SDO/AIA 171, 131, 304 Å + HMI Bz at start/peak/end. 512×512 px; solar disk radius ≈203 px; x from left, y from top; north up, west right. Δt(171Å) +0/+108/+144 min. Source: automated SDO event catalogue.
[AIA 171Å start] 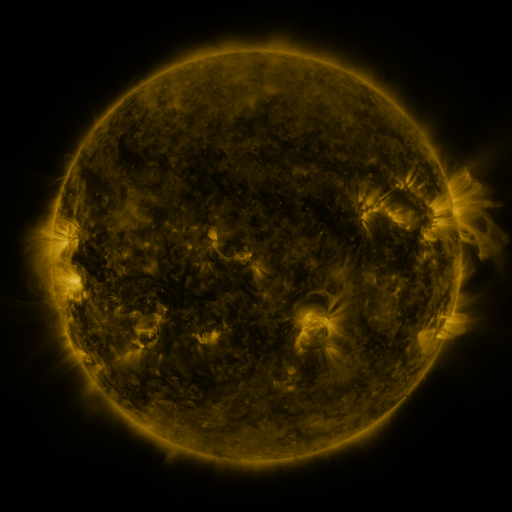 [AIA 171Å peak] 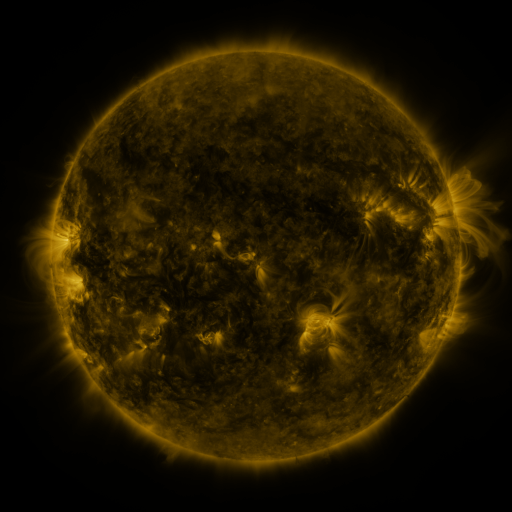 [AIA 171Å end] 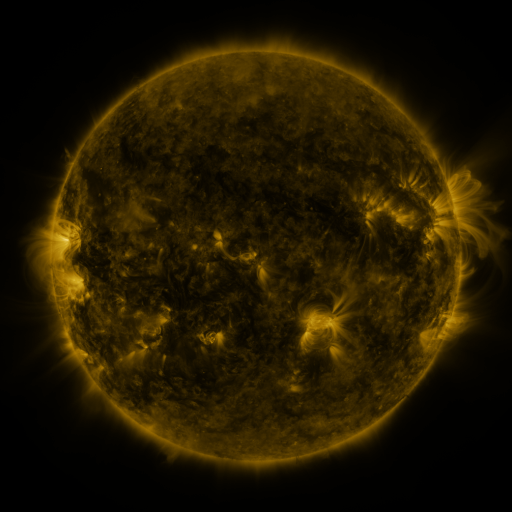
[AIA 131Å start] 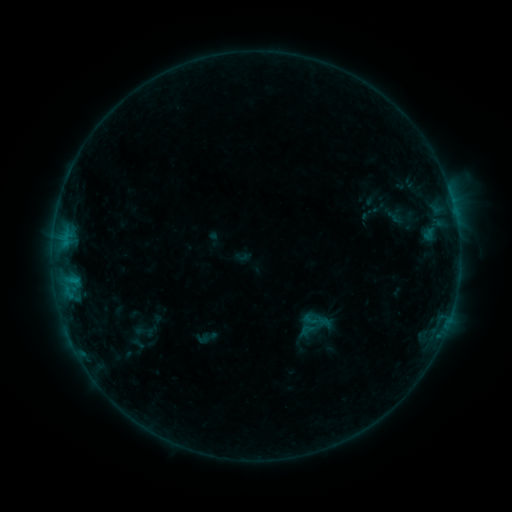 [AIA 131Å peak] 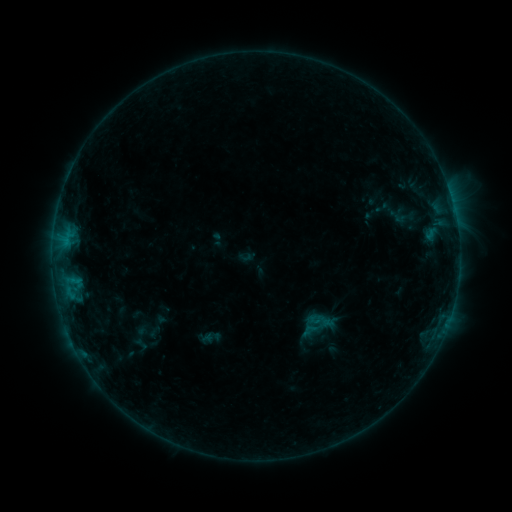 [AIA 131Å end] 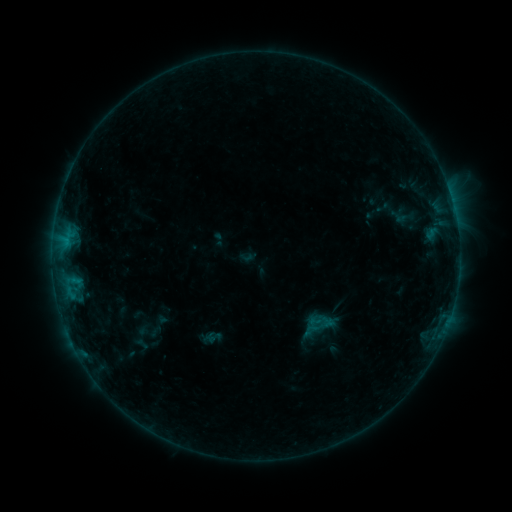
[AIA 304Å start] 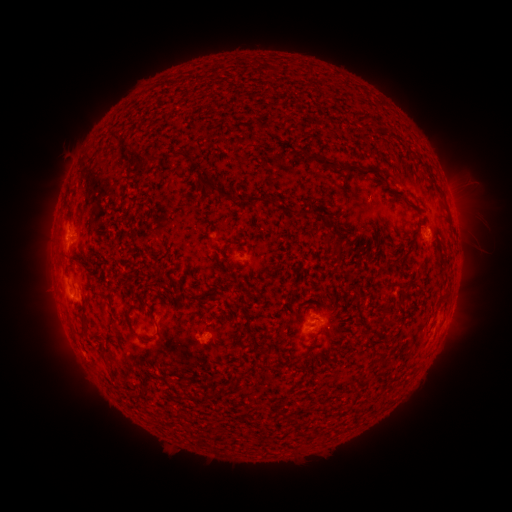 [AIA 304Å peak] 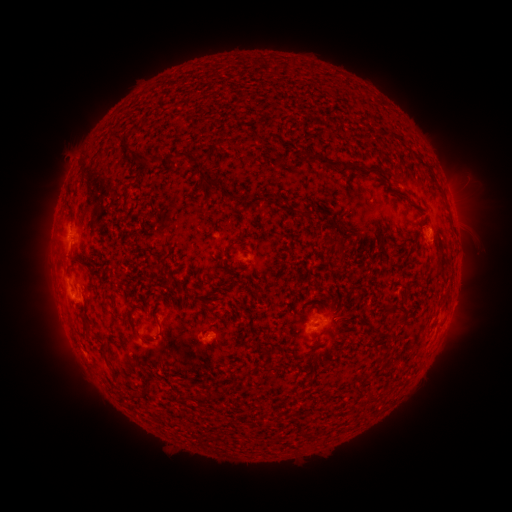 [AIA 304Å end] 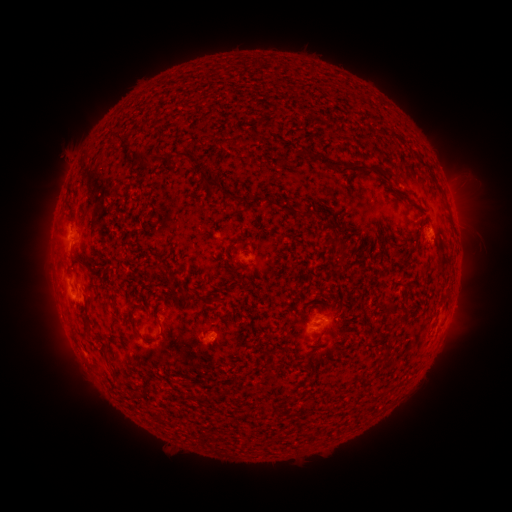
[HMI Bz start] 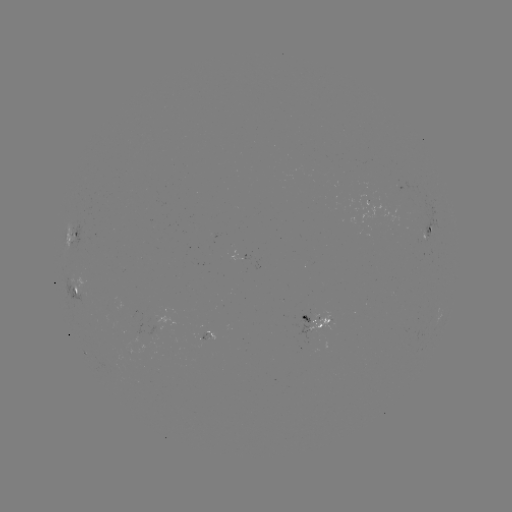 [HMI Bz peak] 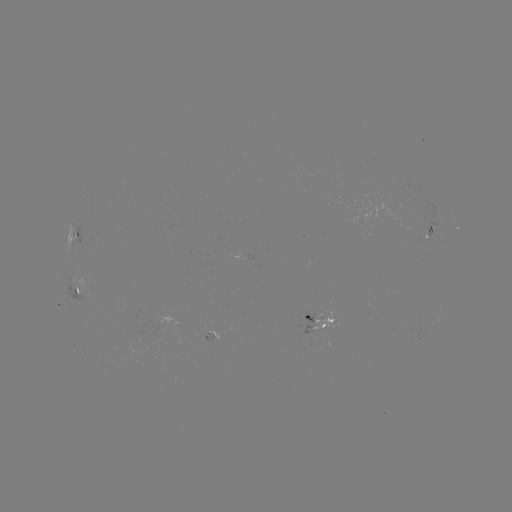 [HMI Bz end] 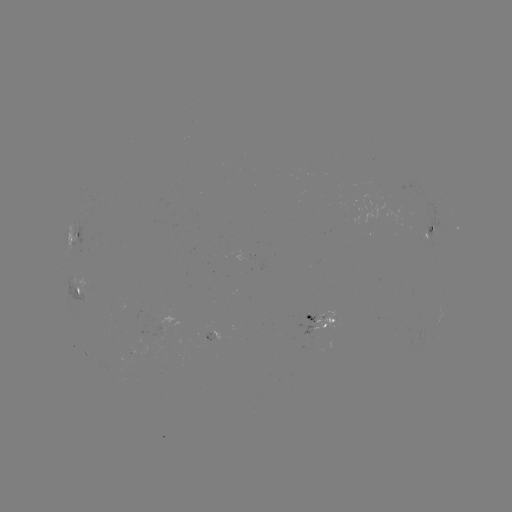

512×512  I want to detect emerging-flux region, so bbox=[195, 333, 213, 349].